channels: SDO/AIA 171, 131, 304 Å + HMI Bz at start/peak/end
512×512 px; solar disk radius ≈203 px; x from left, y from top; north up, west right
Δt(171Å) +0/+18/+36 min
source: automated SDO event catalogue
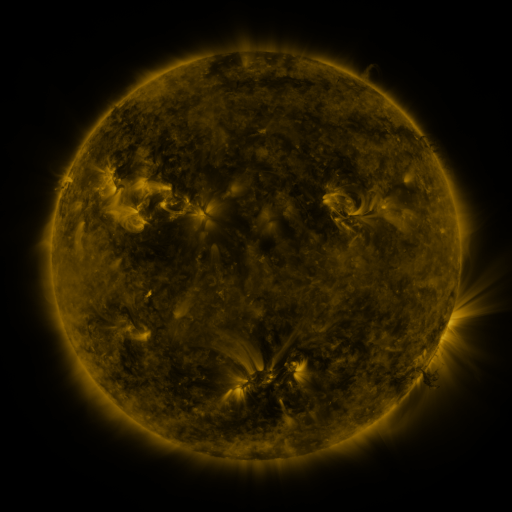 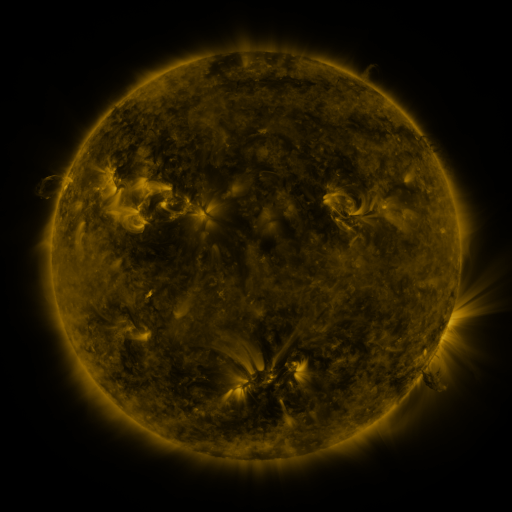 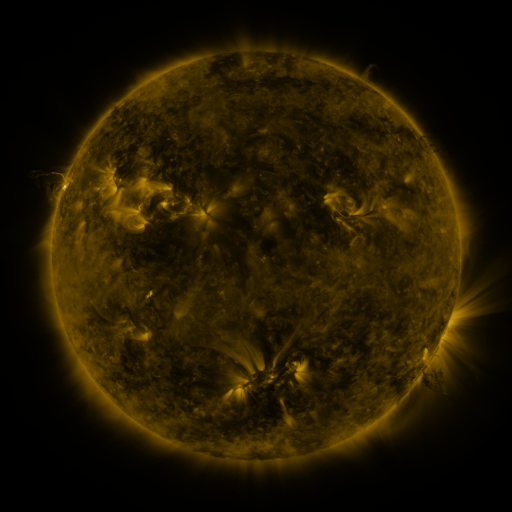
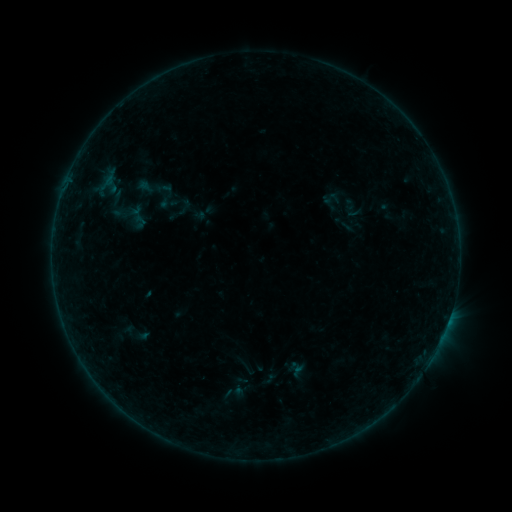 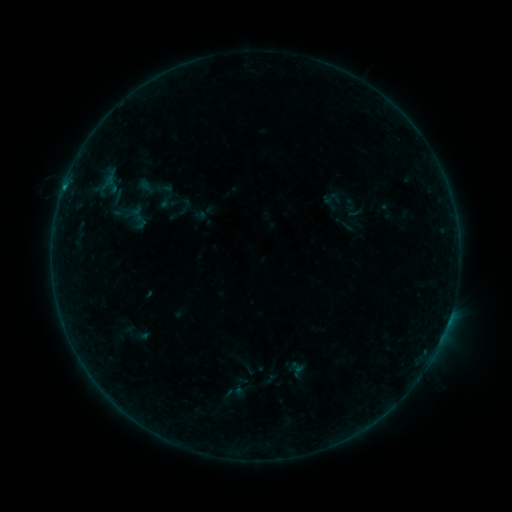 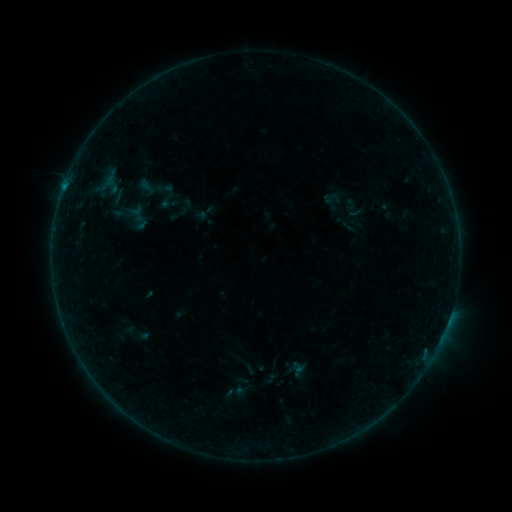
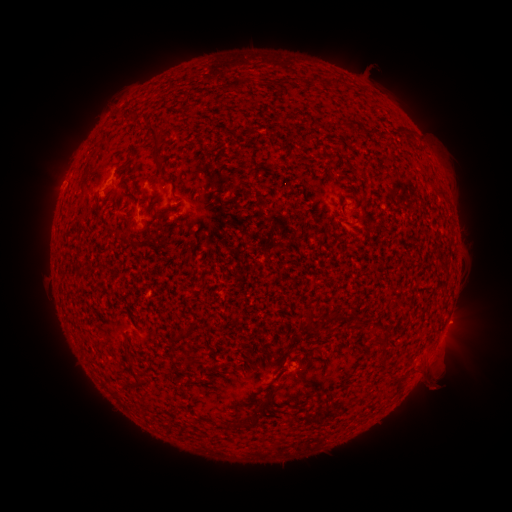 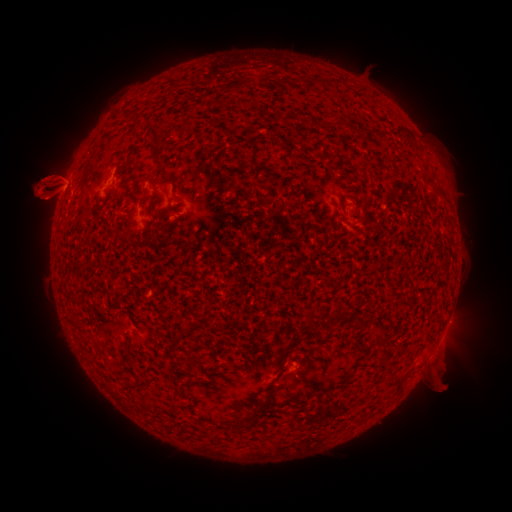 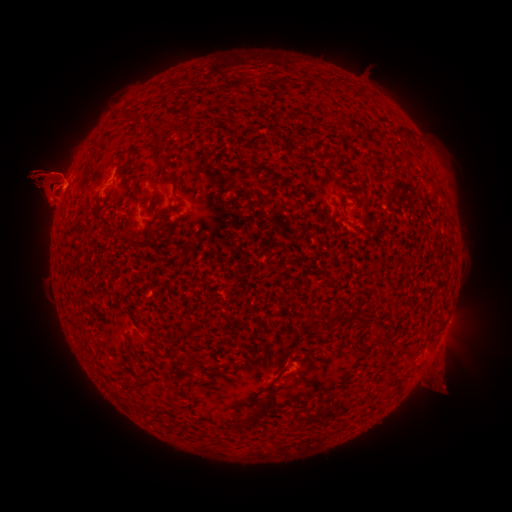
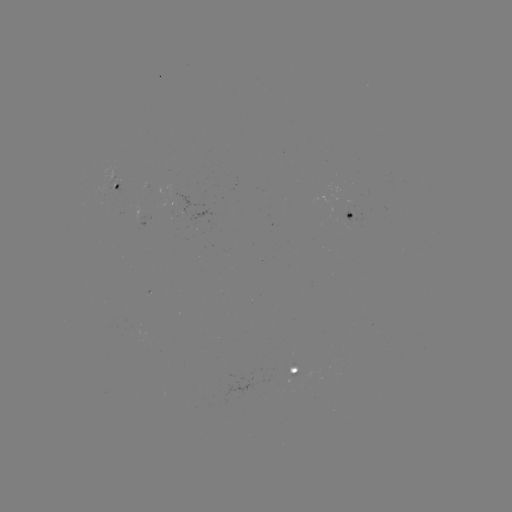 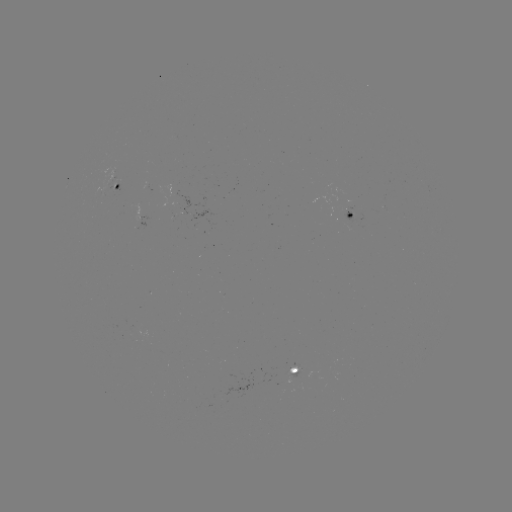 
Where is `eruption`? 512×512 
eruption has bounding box [415, 357, 476, 414].